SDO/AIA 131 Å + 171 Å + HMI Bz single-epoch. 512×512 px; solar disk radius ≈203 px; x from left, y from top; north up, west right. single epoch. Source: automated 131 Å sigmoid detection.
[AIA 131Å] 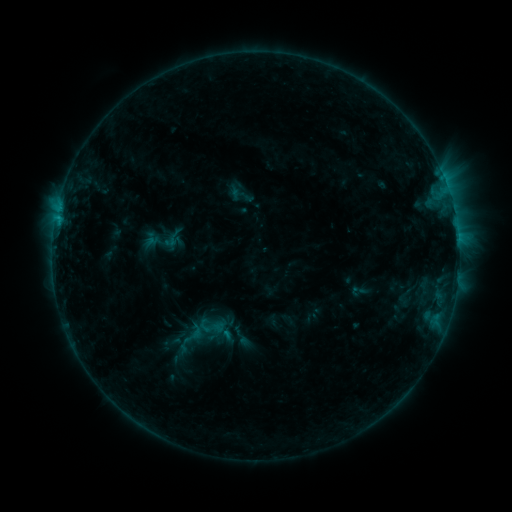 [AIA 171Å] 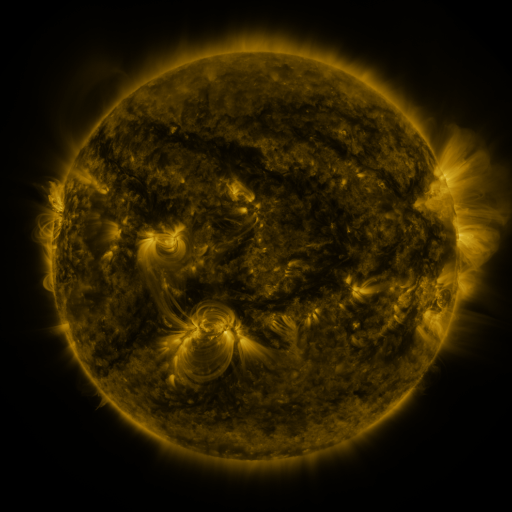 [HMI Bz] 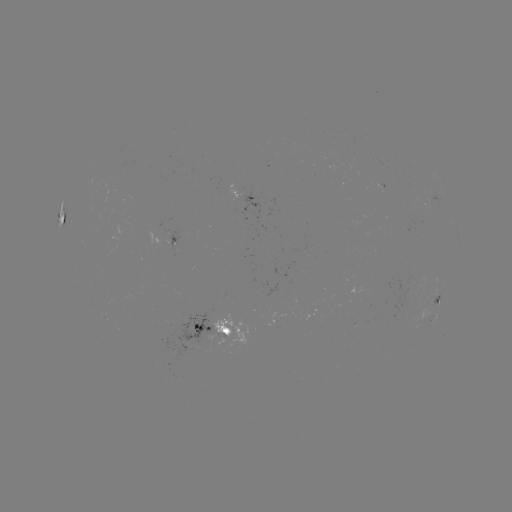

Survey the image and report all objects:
sigmoid: [194, 312, 227, 341]
sigmoid: [176, 320, 209, 347]
